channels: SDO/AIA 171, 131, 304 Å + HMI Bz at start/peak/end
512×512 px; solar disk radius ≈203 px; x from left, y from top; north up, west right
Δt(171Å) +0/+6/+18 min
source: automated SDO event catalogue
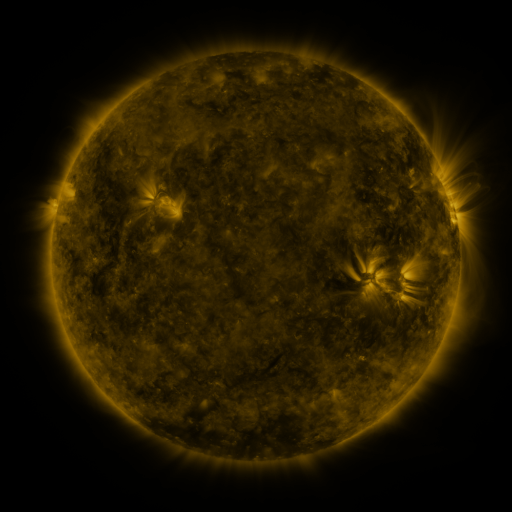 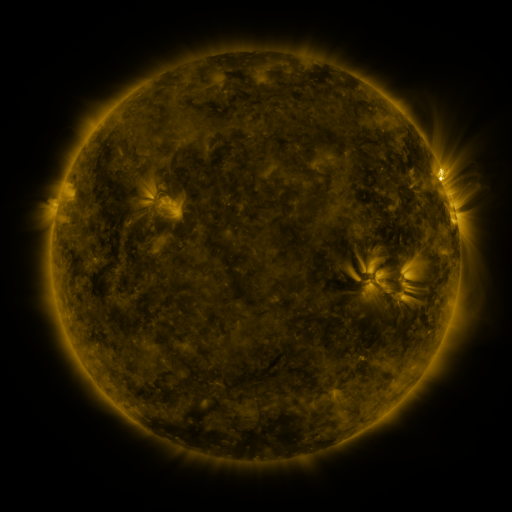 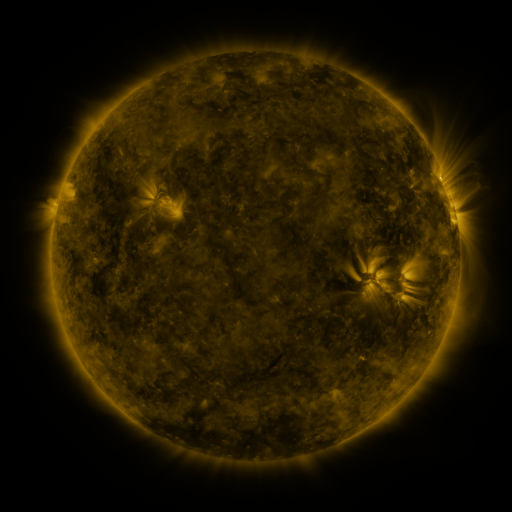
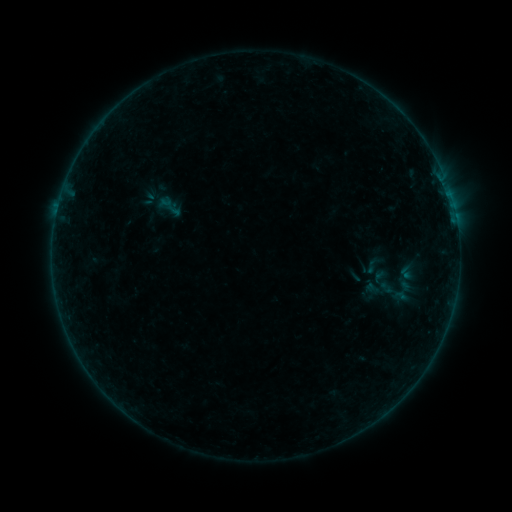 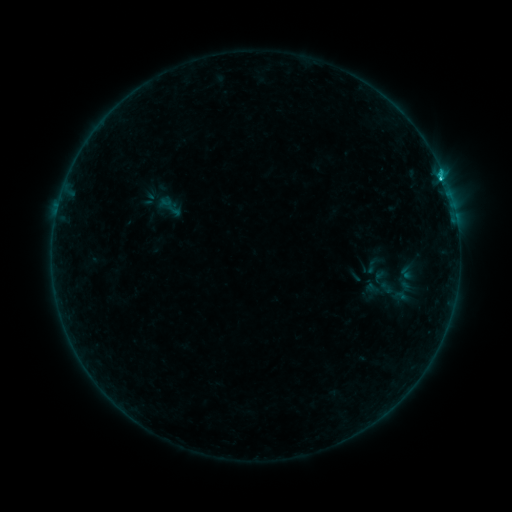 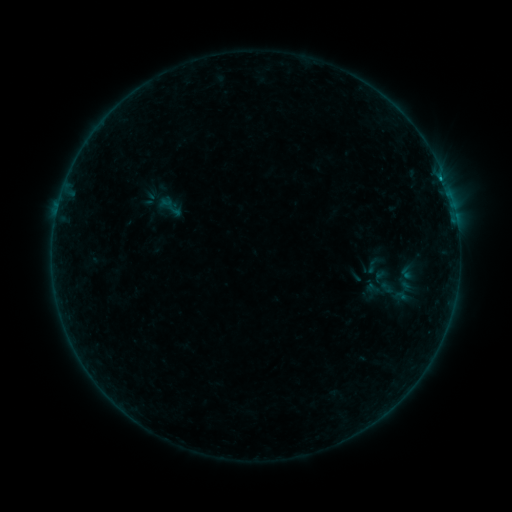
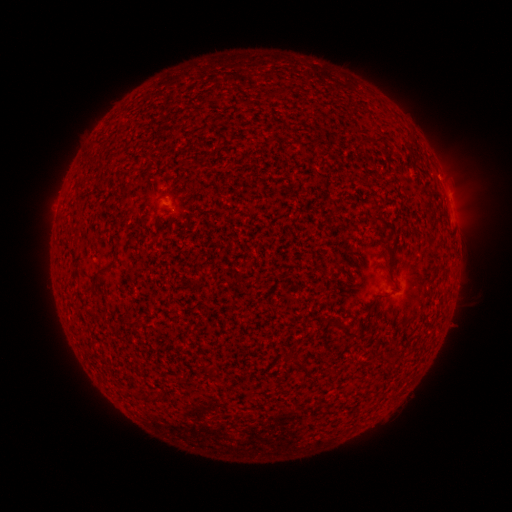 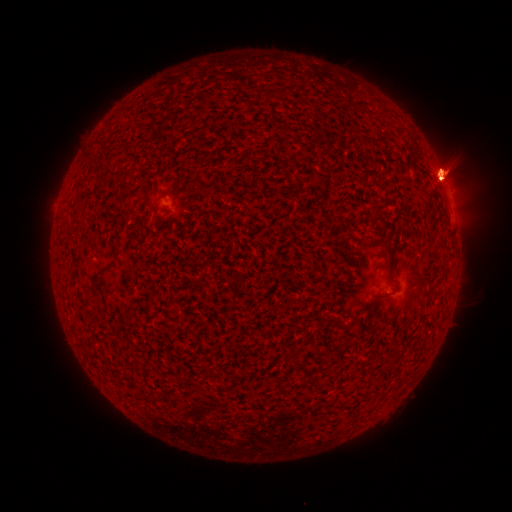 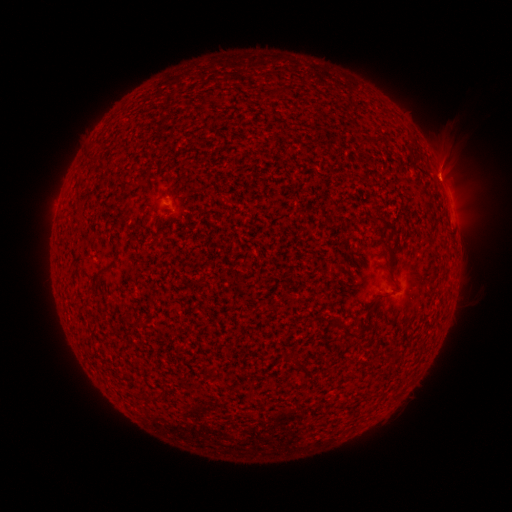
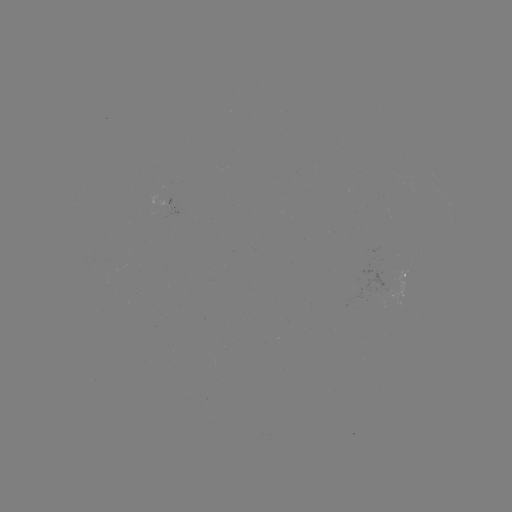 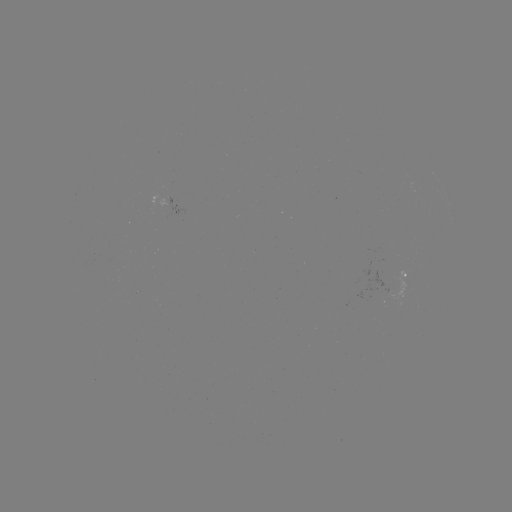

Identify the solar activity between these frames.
eruption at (443, 164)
